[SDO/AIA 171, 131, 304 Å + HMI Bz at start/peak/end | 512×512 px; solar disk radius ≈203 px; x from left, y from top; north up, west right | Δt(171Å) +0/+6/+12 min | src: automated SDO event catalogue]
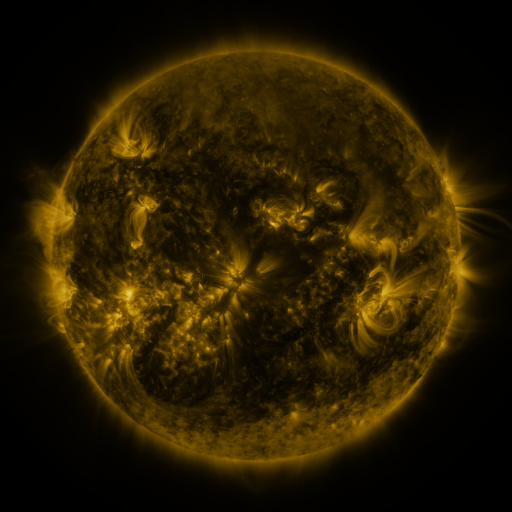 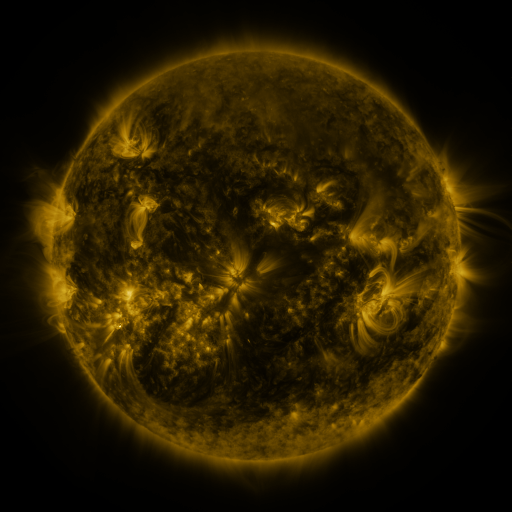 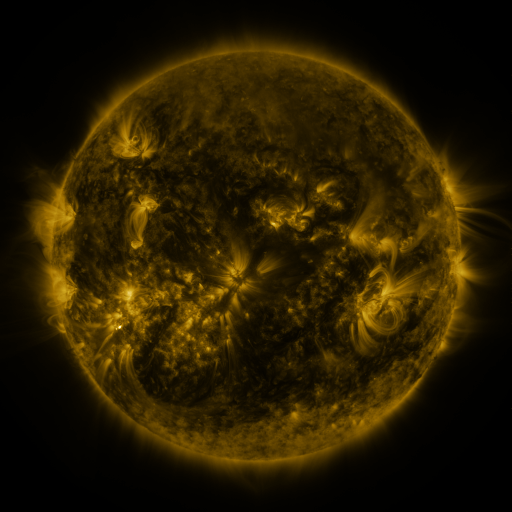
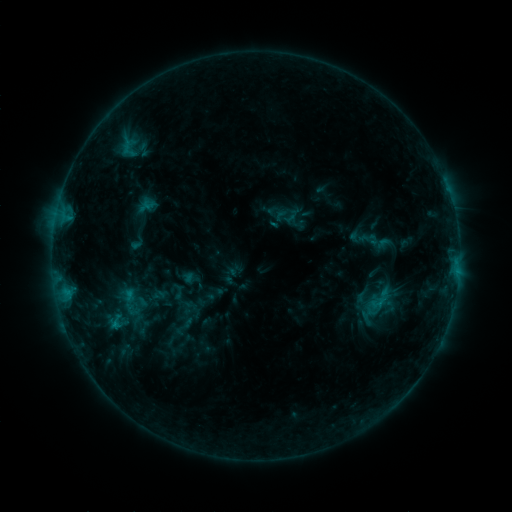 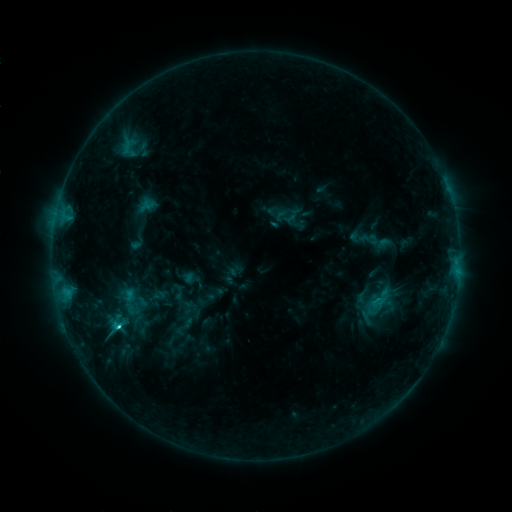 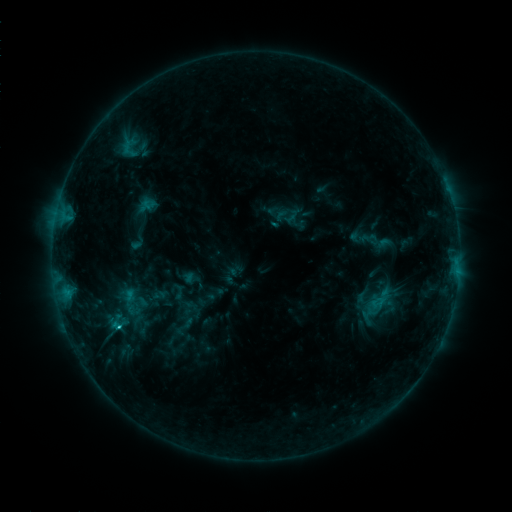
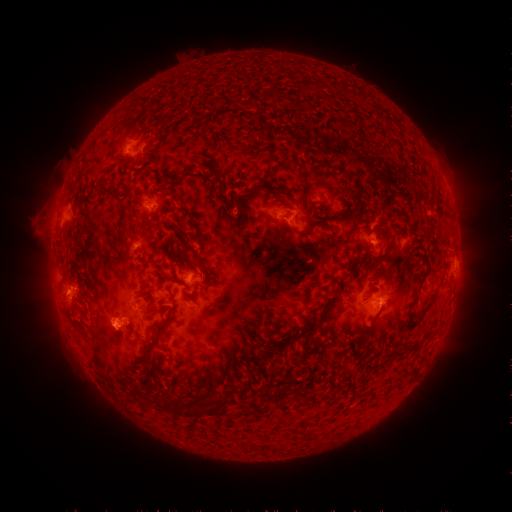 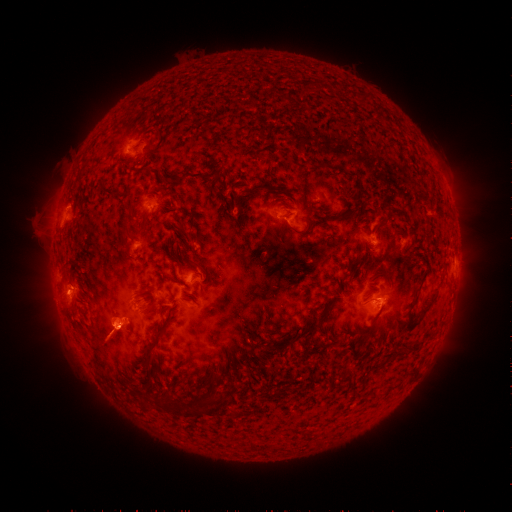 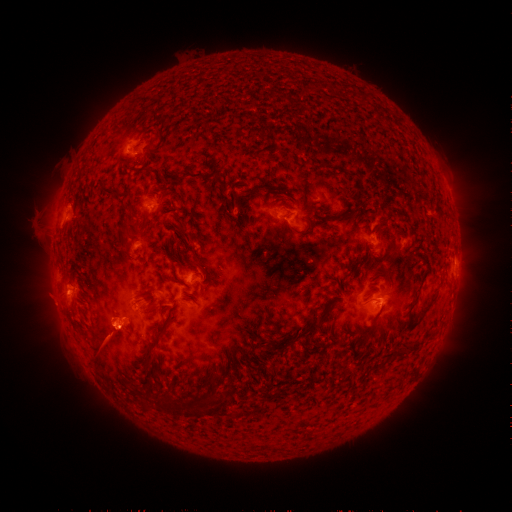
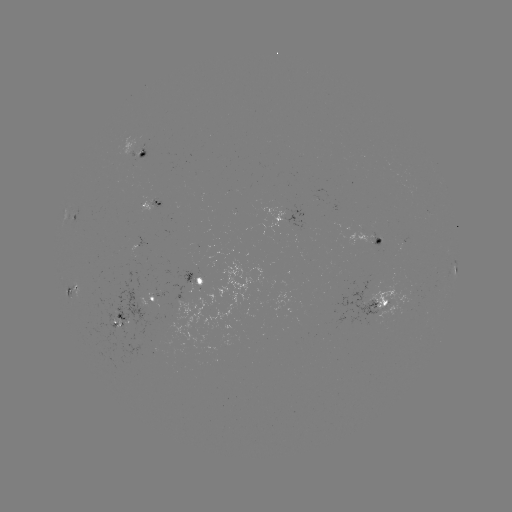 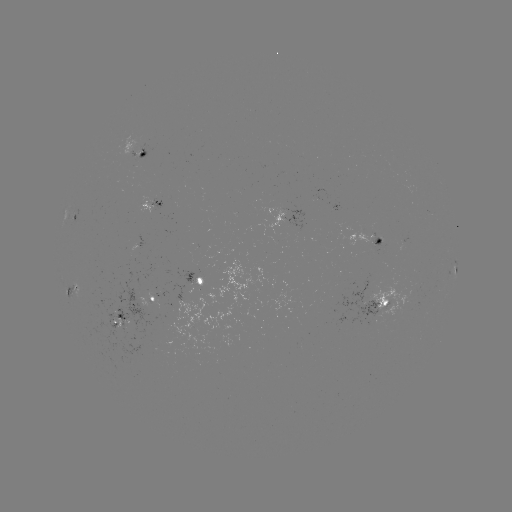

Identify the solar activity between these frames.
eruption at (106, 345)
